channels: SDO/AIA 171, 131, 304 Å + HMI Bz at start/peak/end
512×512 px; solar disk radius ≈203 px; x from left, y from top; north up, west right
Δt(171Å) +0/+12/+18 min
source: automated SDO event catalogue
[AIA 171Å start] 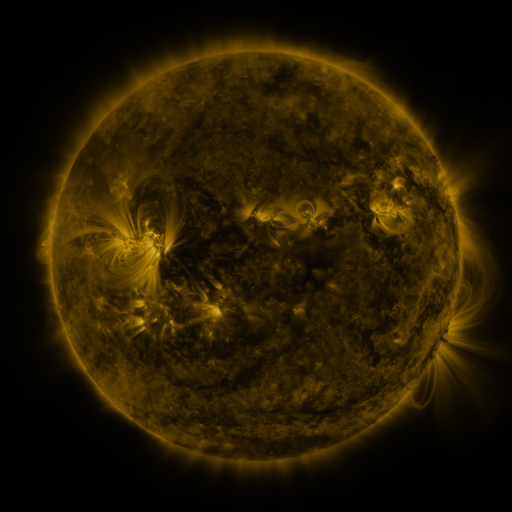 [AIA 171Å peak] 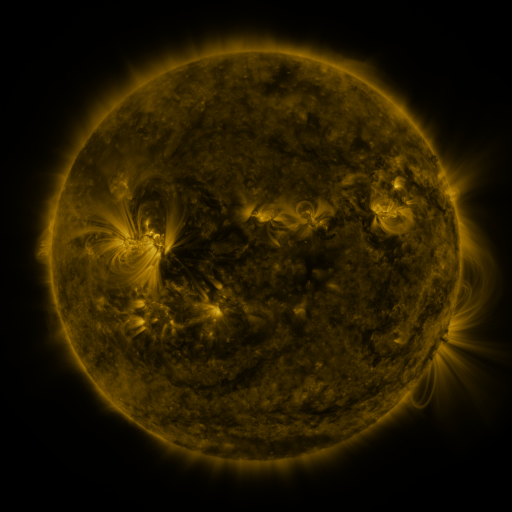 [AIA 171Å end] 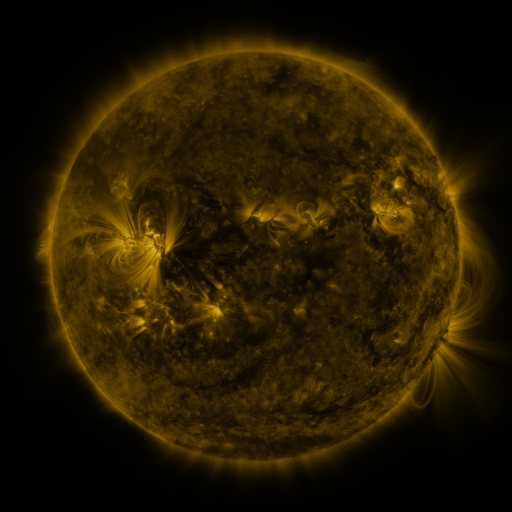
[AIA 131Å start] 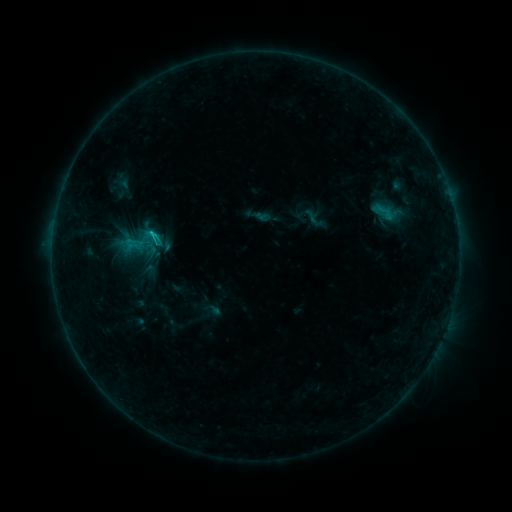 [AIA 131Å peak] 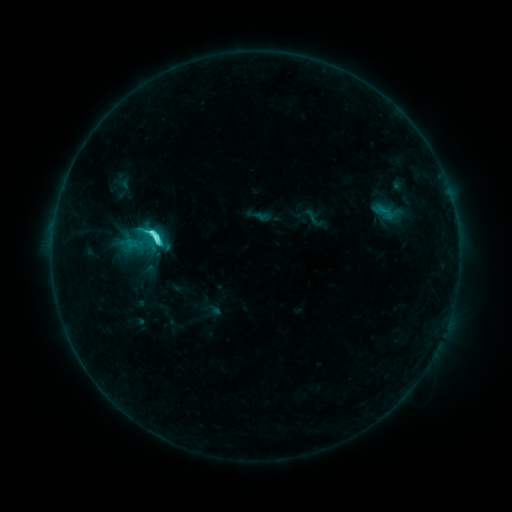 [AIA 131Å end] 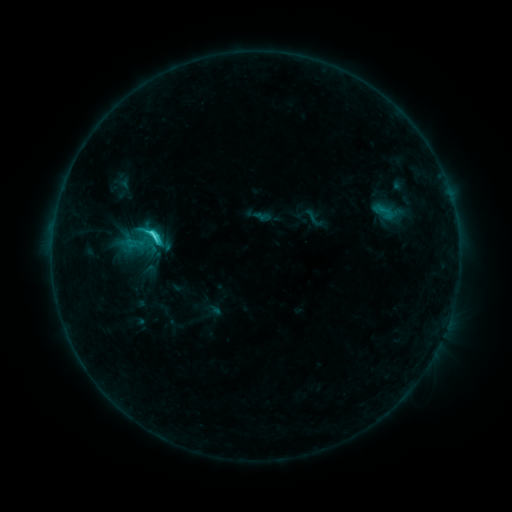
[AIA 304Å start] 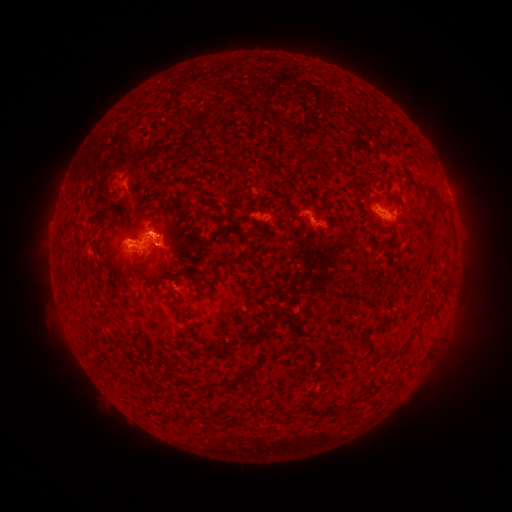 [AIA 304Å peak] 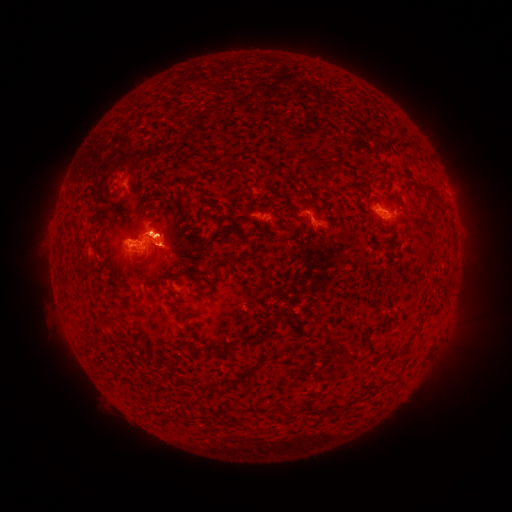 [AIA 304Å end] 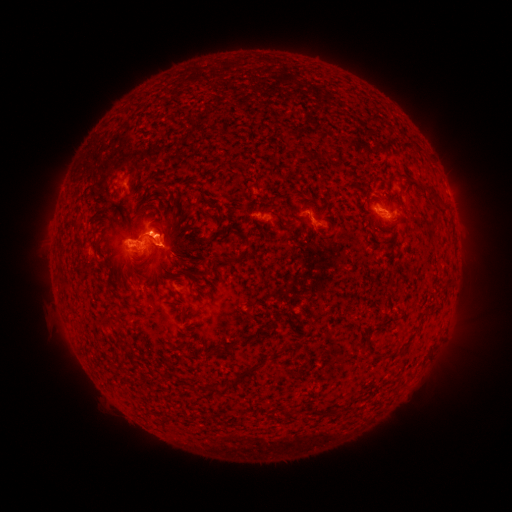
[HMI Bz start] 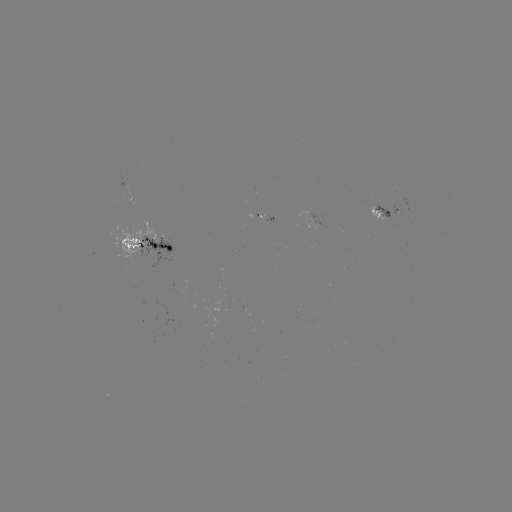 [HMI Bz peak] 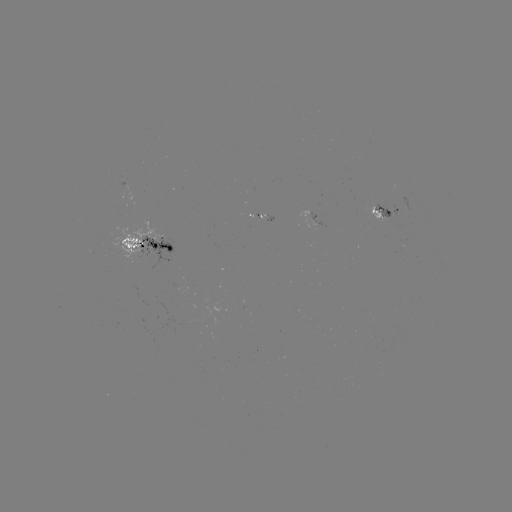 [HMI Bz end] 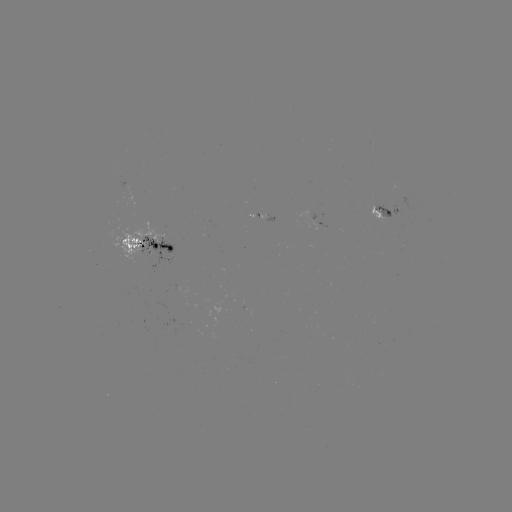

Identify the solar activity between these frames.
C4.9 flare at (158, 241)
